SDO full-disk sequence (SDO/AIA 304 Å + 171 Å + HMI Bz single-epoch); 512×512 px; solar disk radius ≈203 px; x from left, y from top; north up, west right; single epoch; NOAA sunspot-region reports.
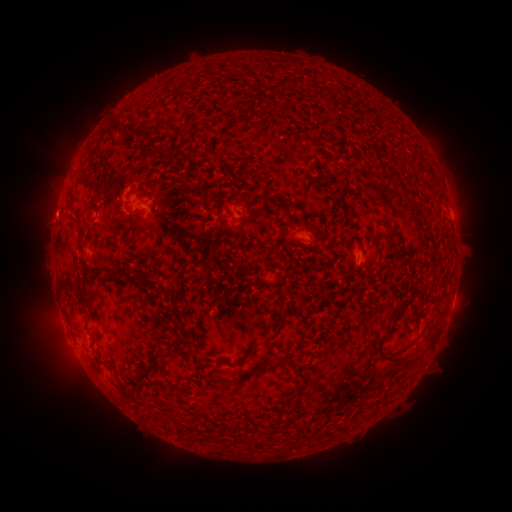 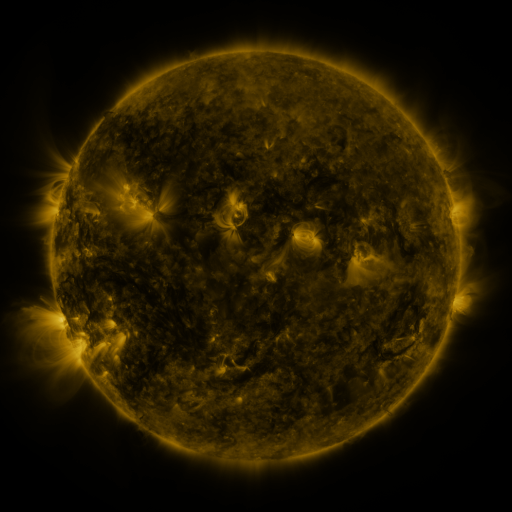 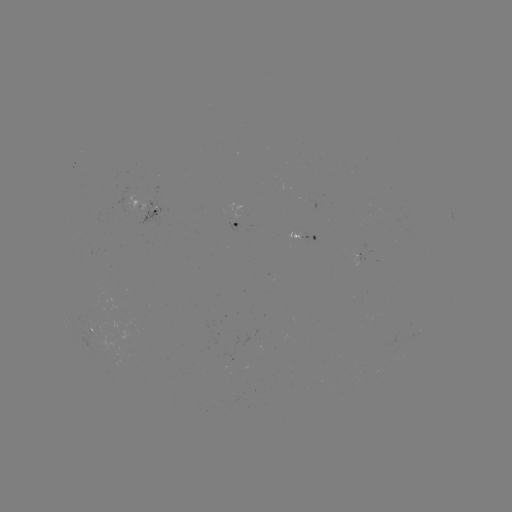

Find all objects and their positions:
spotted active region: (153, 213)
spotted active region: (238, 223)
spotted active region: (304, 233)
spotted active region: (453, 298)
spotted active region: (99, 332)
